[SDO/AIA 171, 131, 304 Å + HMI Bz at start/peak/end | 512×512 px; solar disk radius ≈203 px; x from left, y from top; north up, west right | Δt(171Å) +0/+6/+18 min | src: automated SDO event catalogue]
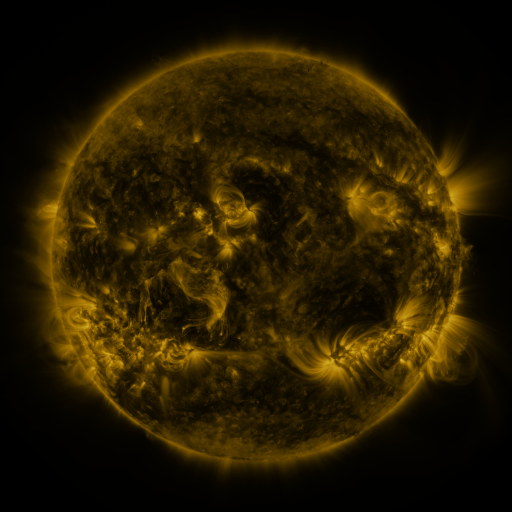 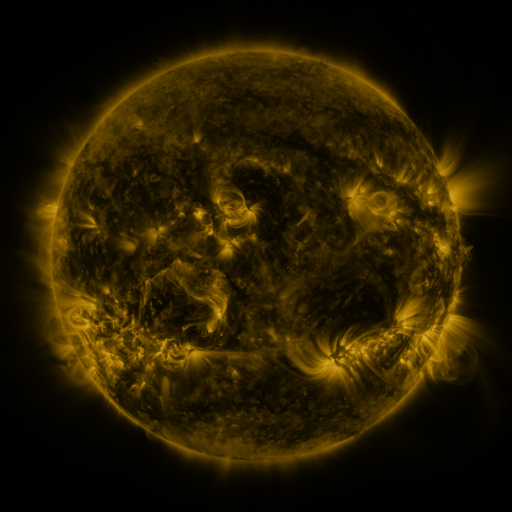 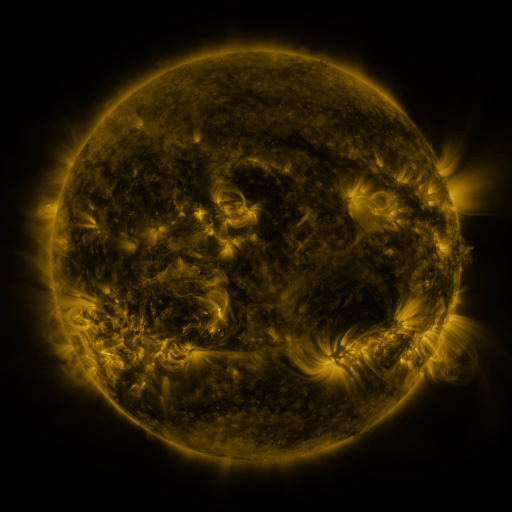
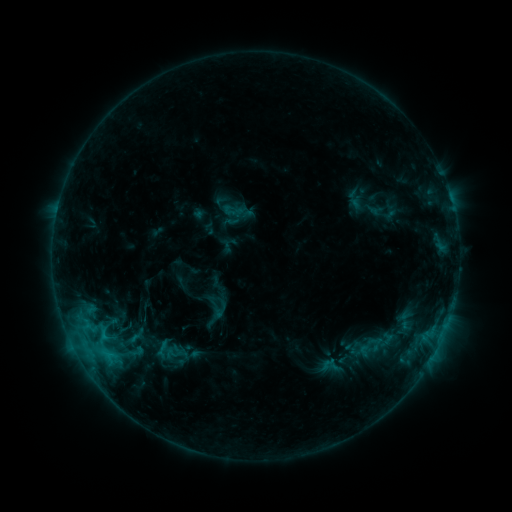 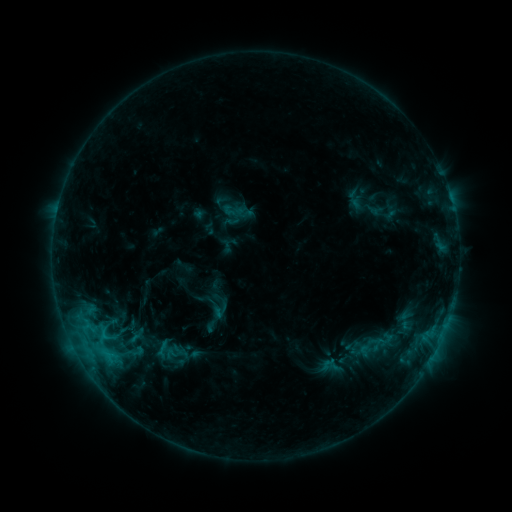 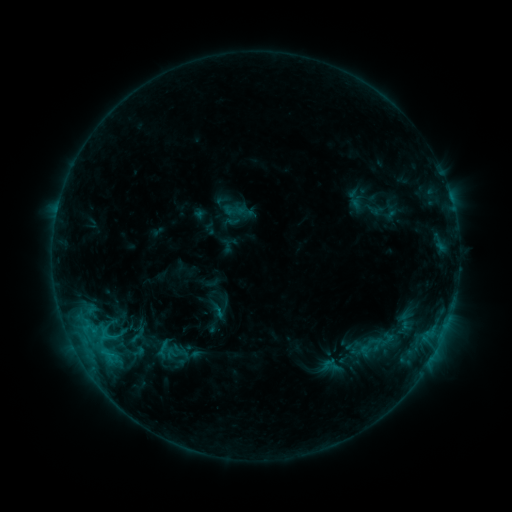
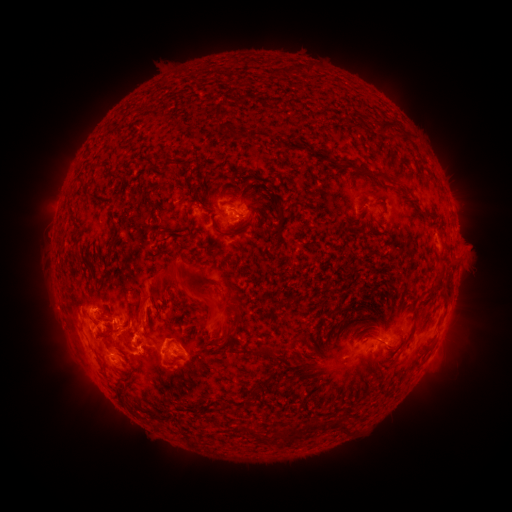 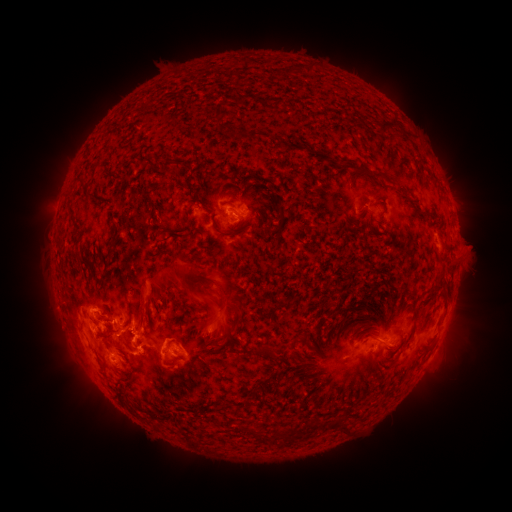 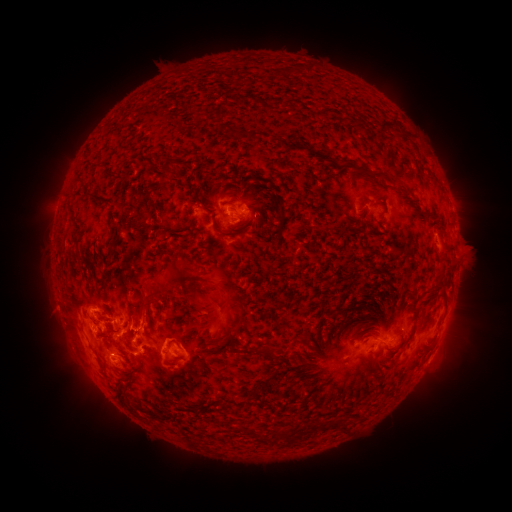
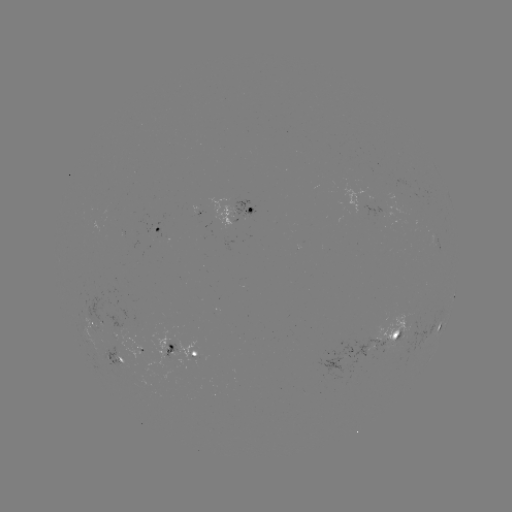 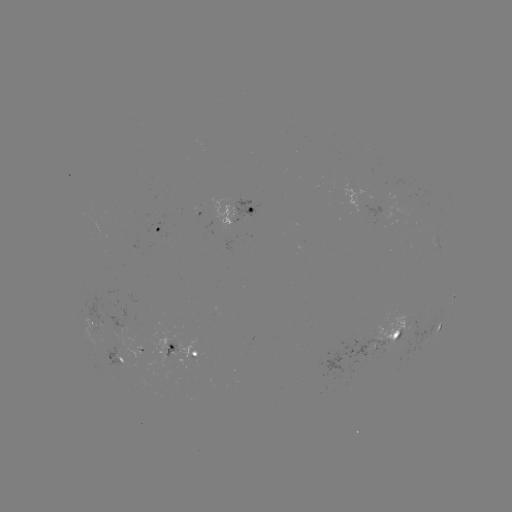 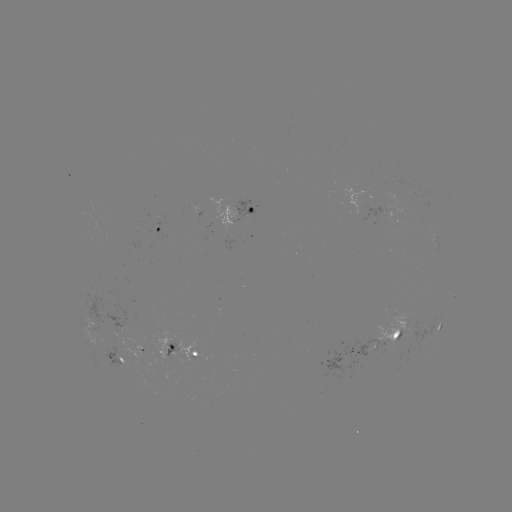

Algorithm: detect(eruption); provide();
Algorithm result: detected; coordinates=454,284